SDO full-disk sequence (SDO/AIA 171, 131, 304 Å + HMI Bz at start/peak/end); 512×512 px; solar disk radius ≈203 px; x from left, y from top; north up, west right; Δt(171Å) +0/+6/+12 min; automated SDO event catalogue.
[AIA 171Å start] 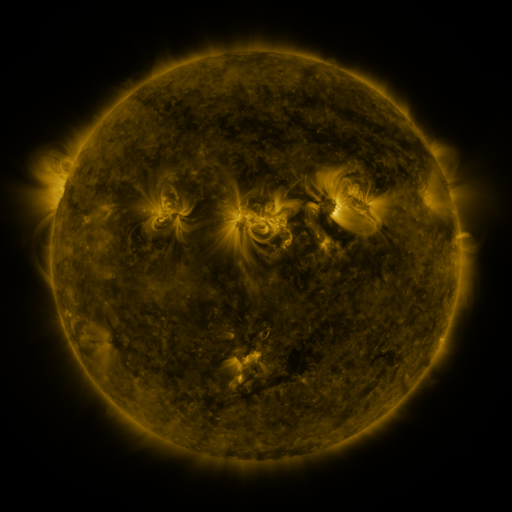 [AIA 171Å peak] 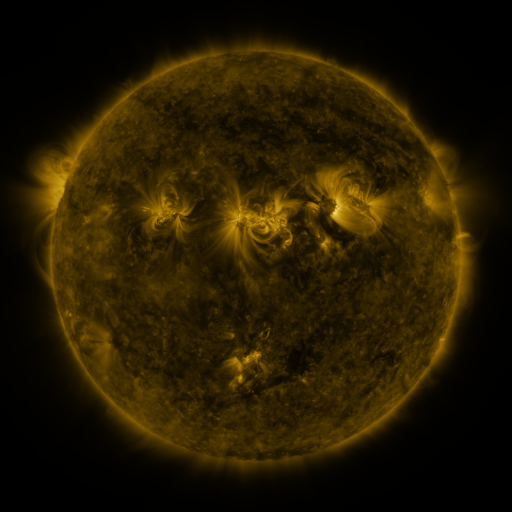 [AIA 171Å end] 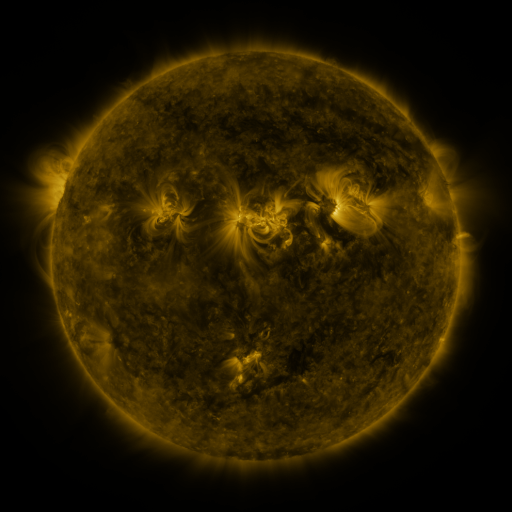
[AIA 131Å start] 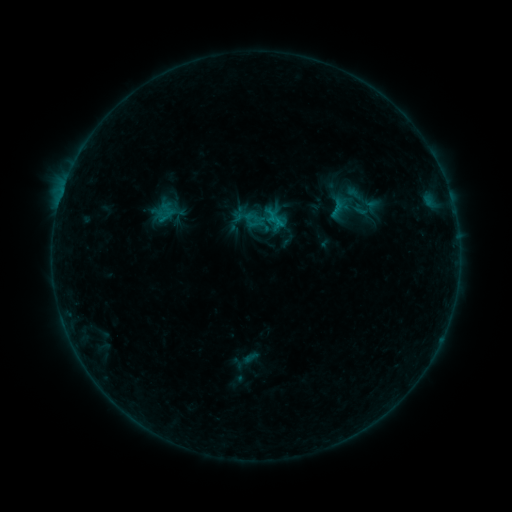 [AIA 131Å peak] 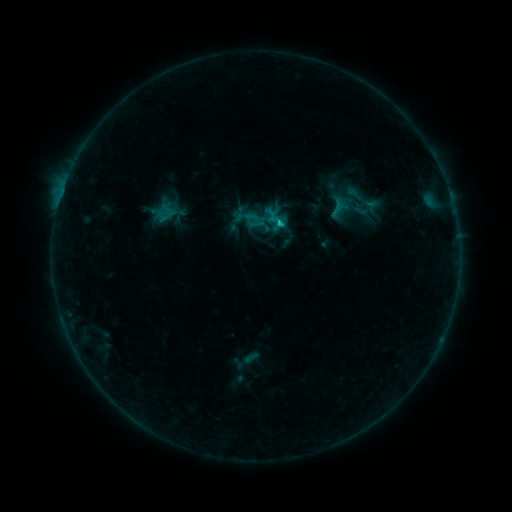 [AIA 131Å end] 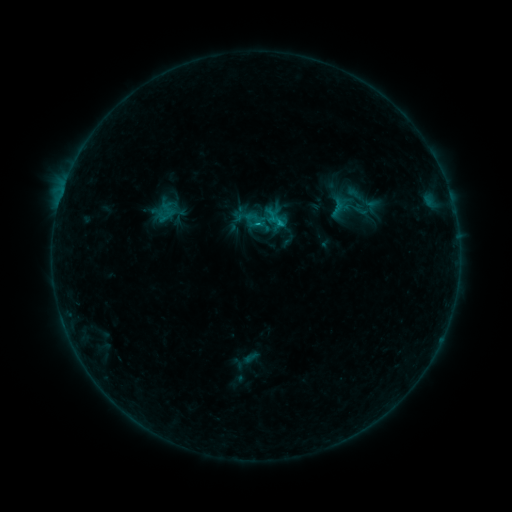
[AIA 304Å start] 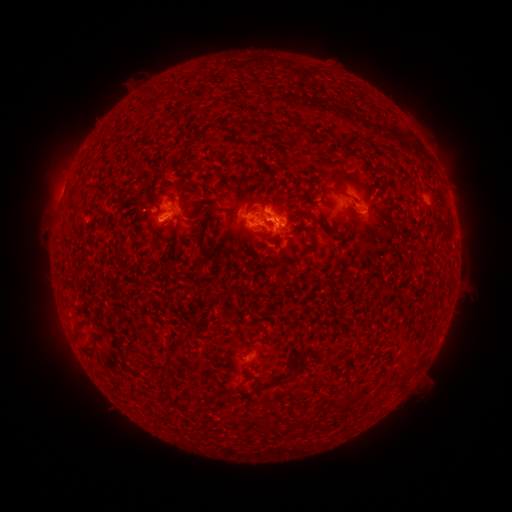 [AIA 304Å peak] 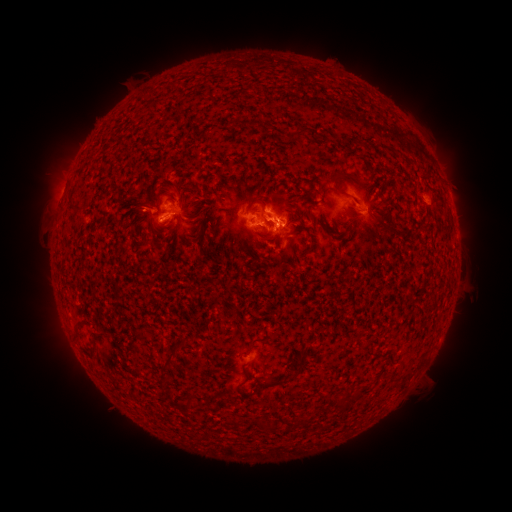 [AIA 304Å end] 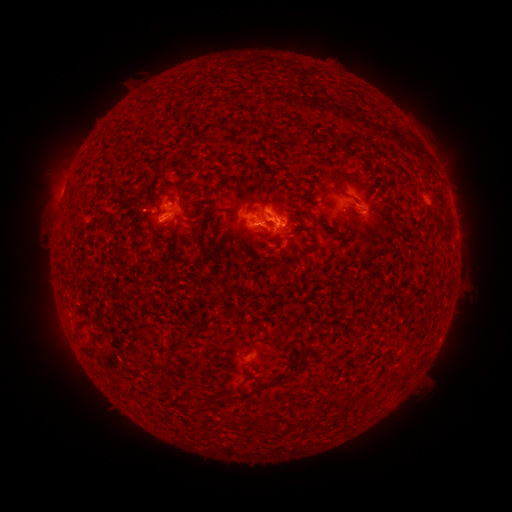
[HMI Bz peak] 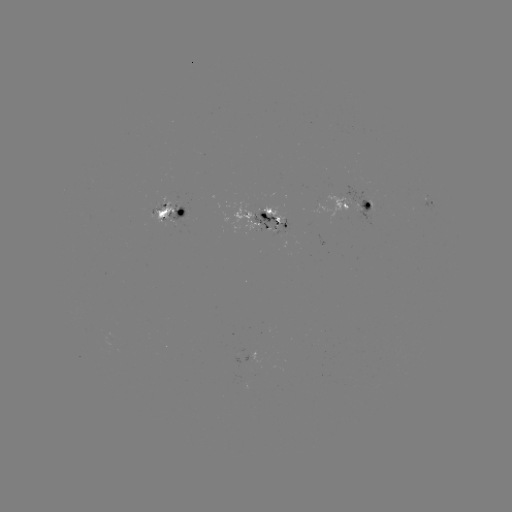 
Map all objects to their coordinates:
B9.4 flare: (276, 223)
